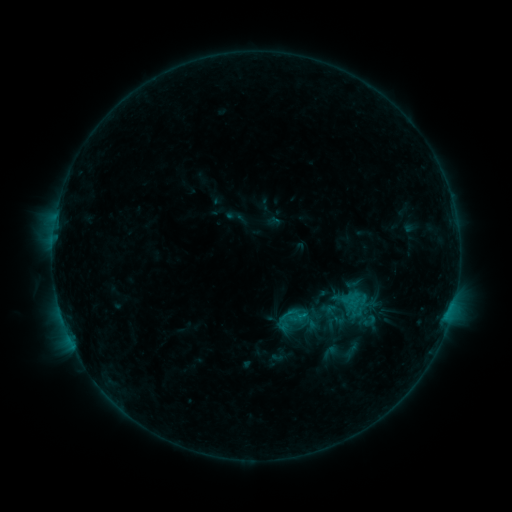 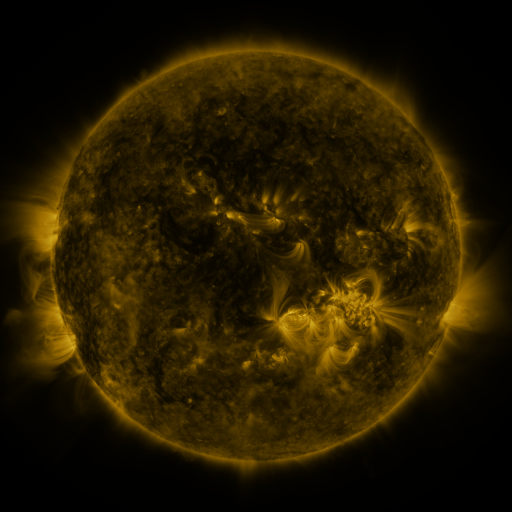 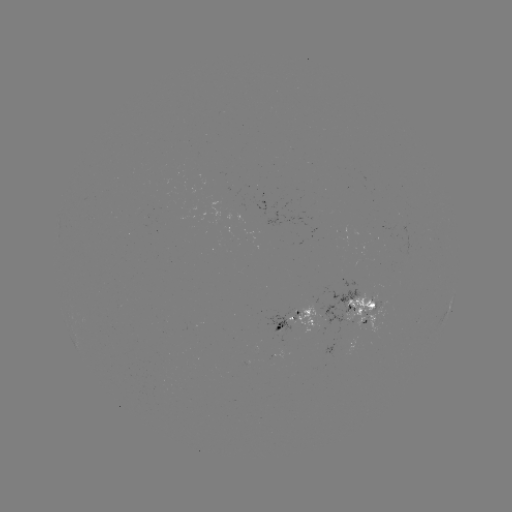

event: sigmoid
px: (291, 319)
